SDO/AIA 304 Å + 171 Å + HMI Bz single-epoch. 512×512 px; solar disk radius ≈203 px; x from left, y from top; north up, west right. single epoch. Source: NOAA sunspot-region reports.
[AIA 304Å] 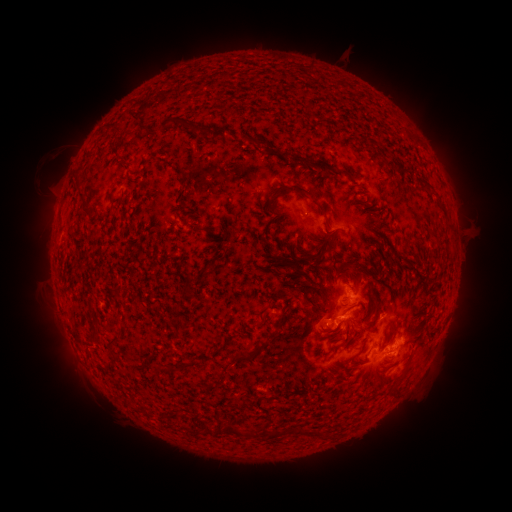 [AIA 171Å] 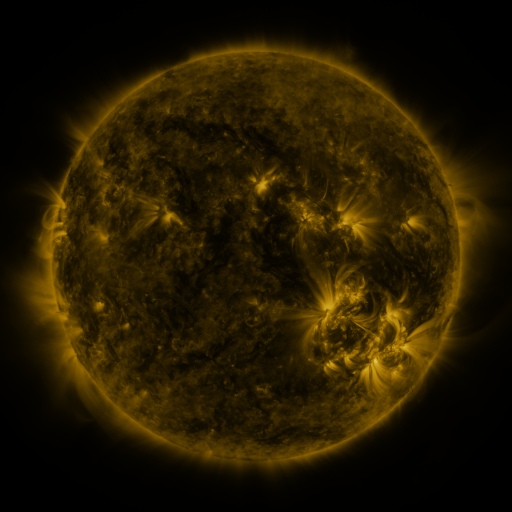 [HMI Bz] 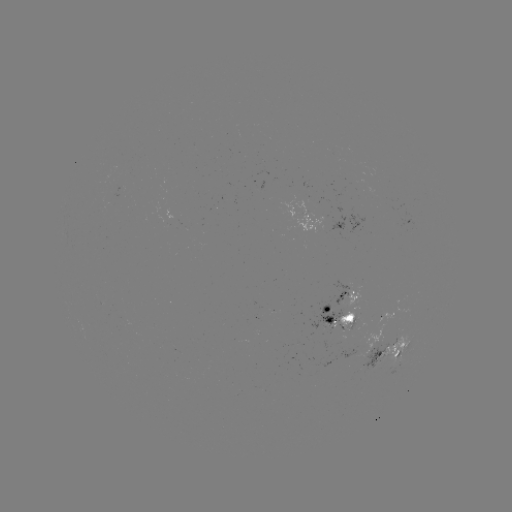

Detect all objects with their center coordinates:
spotted active region: (317, 221)
spotted active region: (350, 295)
spotted active region: (389, 315)
spotted active region: (344, 319)
spotted active region: (398, 347)
spotted active region: (379, 357)
